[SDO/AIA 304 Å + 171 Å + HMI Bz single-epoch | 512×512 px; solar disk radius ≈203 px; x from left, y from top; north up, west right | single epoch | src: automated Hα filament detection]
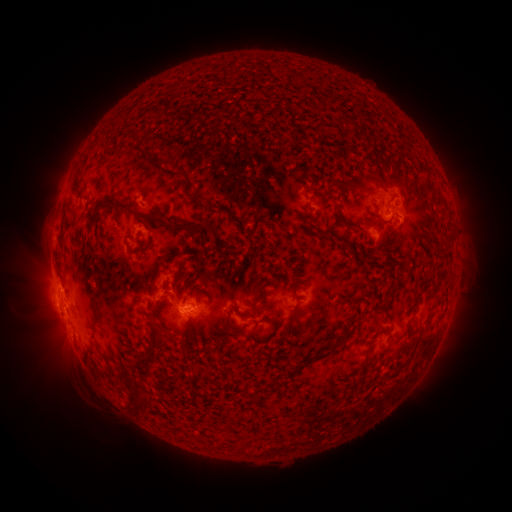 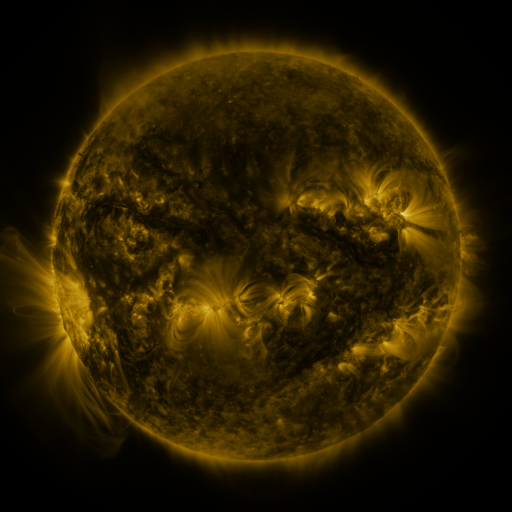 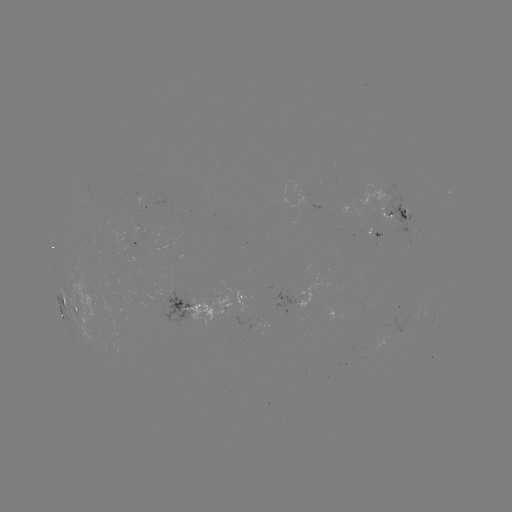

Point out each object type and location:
filament: <bbox>270, 62, 283, 73</bbox>
filament: <bbox>291, 73, 302, 83</bbox>
filament: <bbox>148, 133, 161, 141</bbox>
filament: <bbox>103, 202, 156, 226</bbox>
filament: <bbox>379, 217, 392, 223</bbox>
filament: <bbox>185, 223, 213, 233</bbox>
filament: <bbox>130, 247, 149, 256</bbox>
filament: <bbox>283, 310, 297, 335</bbox>
filament: <bbox>148, 324, 165, 357</bbox>
filament: <bbox>133, 385, 141, 399</bbox>
